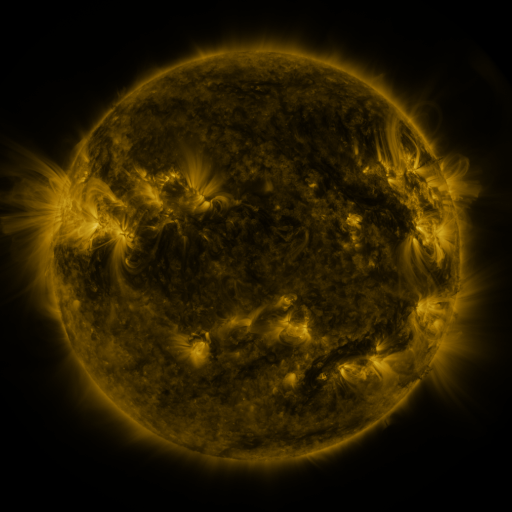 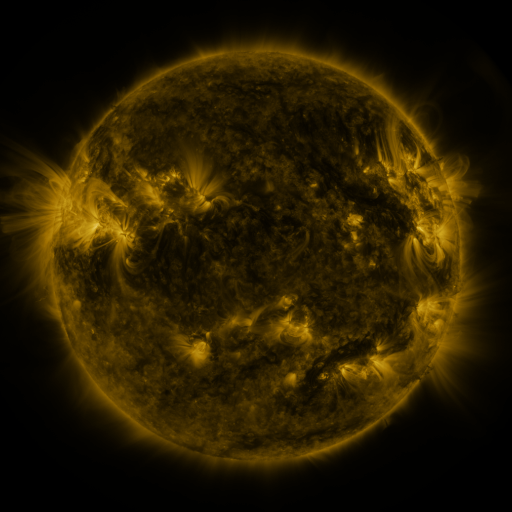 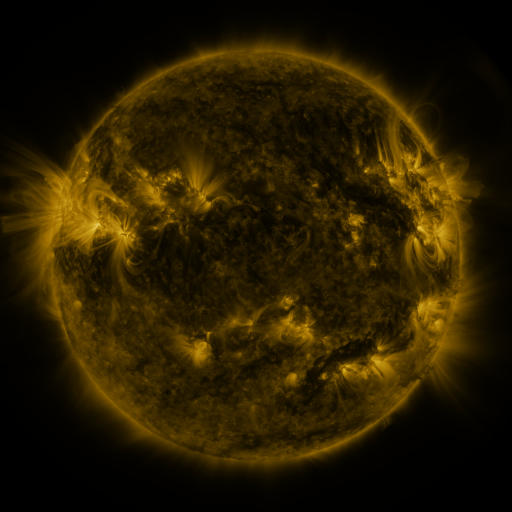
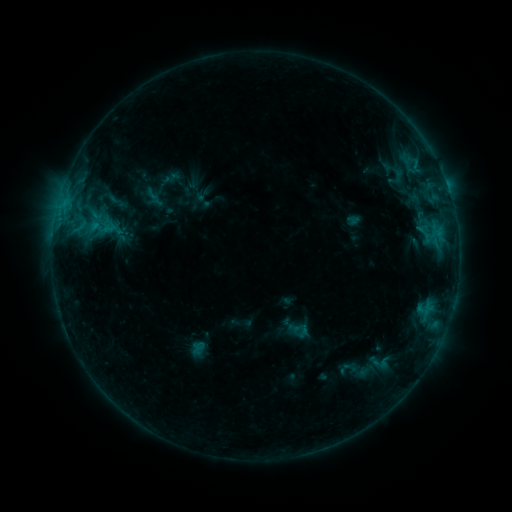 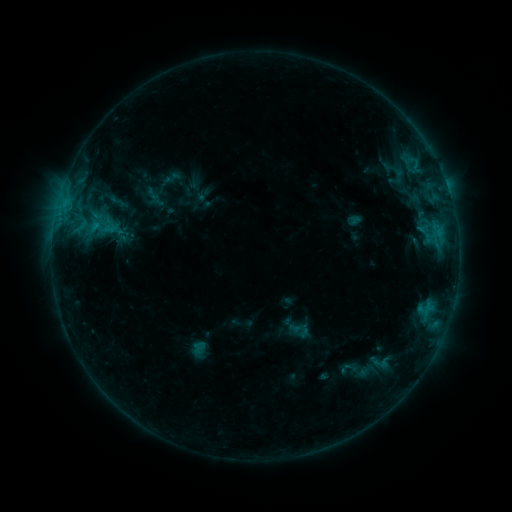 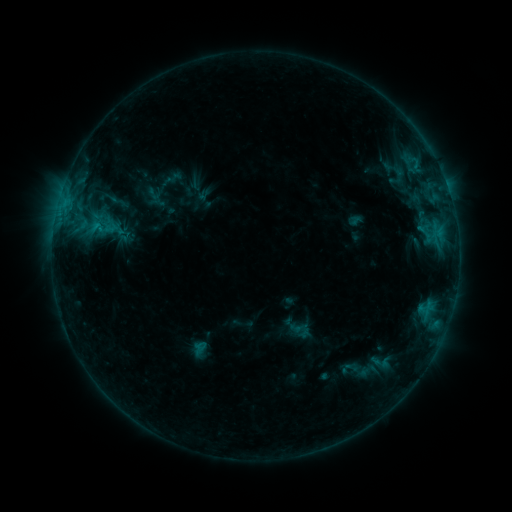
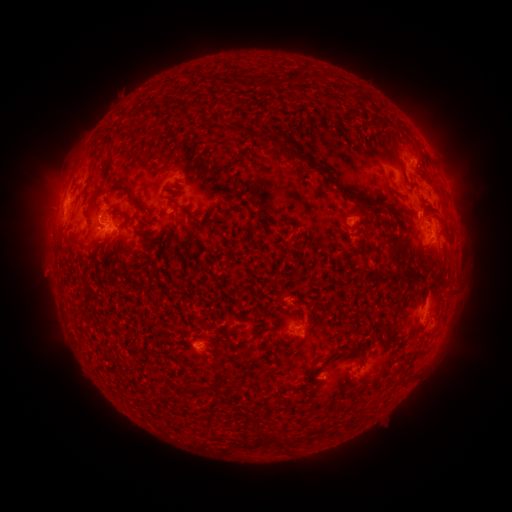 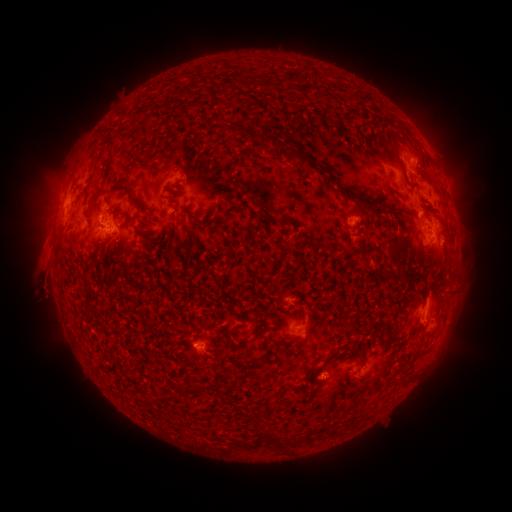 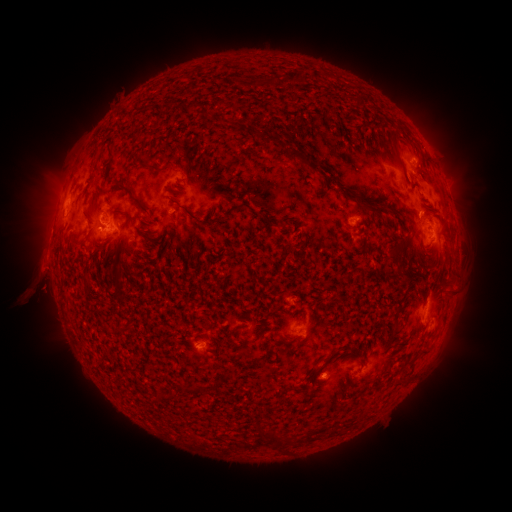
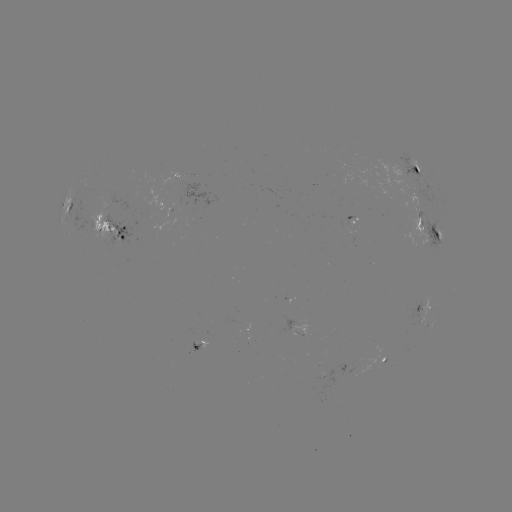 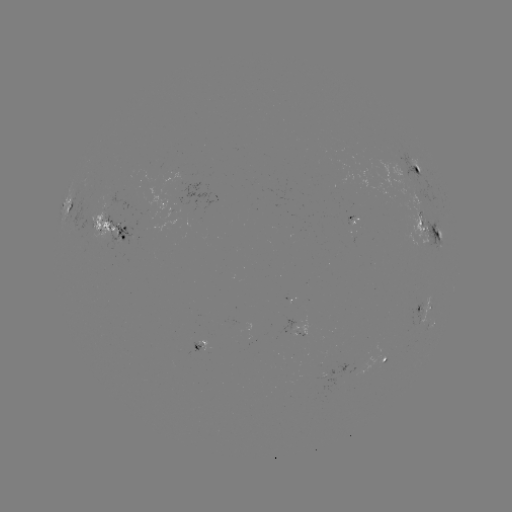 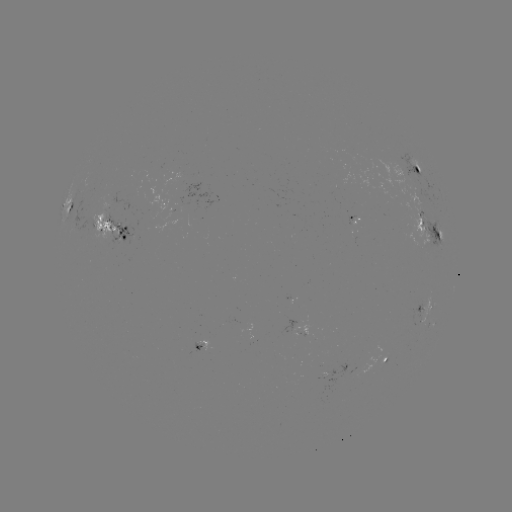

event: eruption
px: (42, 271)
